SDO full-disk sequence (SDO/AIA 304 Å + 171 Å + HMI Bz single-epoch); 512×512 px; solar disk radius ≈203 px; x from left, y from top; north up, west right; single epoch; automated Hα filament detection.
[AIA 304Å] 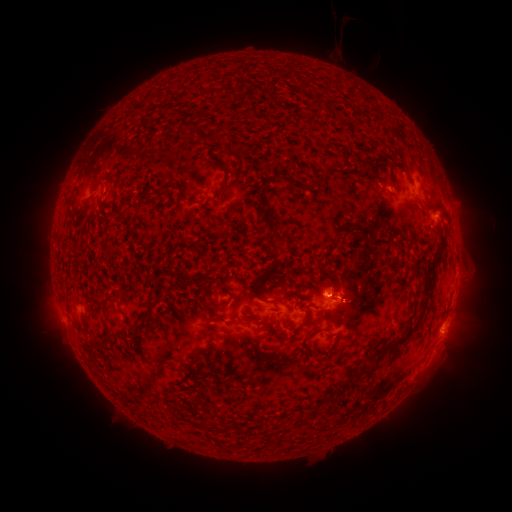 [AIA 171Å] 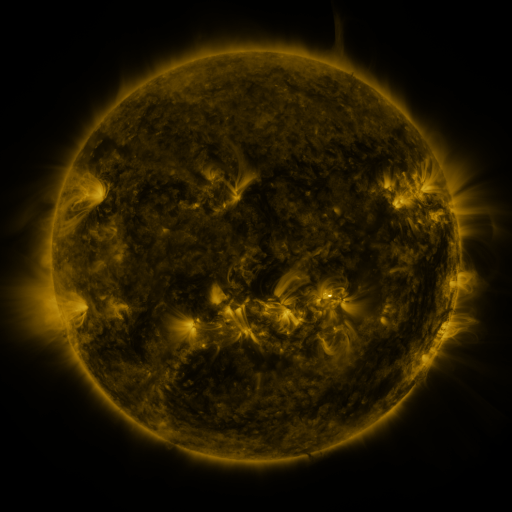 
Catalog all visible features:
filament: (420, 201, 447, 215)
filament: (261, 207, 276, 227)
filament: (267, 234, 280, 256)
filament: (425, 261, 437, 274)
filament: (264, 263, 275, 275)
filament: (220, 296, 232, 306)
filament: (300, 302, 314, 328)
filament: (208, 314, 225, 323)
filament: (247, 314, 272, 327)
filament: (306, 327, 323, 339)
filament: (371, 328, 414, 359)
filament: (335, 371, 358, 391)
filament: (294, 412, 304, 425)
